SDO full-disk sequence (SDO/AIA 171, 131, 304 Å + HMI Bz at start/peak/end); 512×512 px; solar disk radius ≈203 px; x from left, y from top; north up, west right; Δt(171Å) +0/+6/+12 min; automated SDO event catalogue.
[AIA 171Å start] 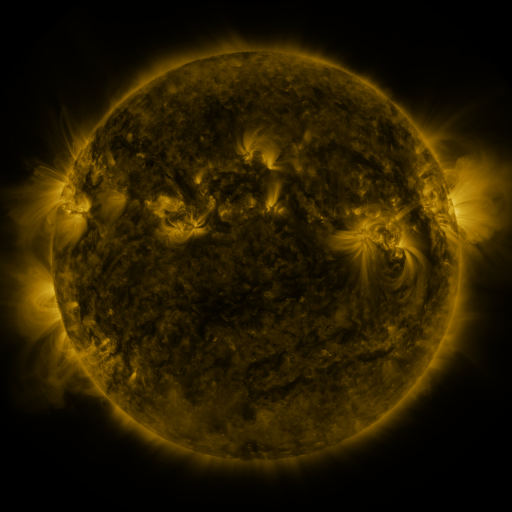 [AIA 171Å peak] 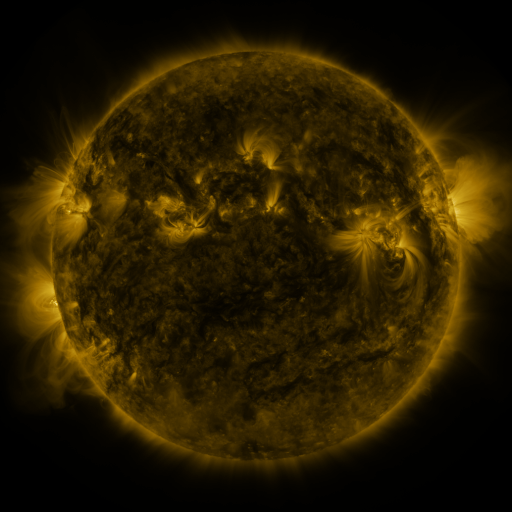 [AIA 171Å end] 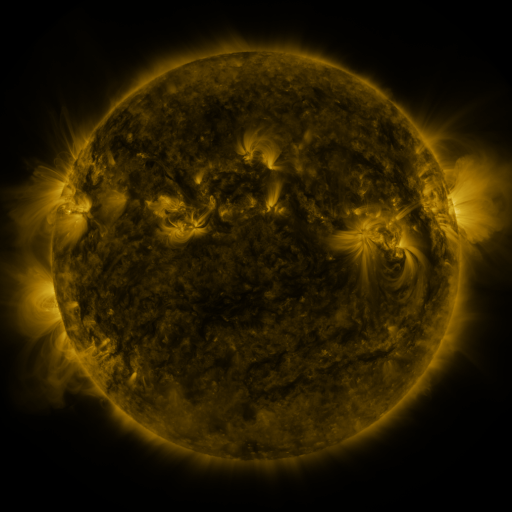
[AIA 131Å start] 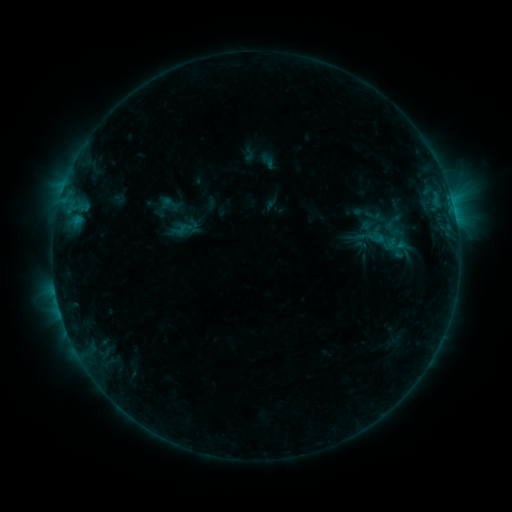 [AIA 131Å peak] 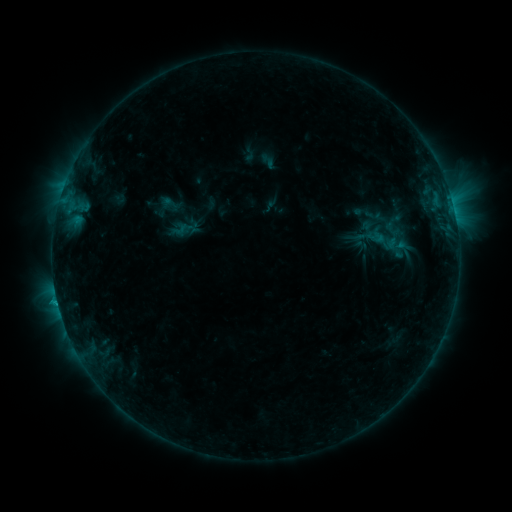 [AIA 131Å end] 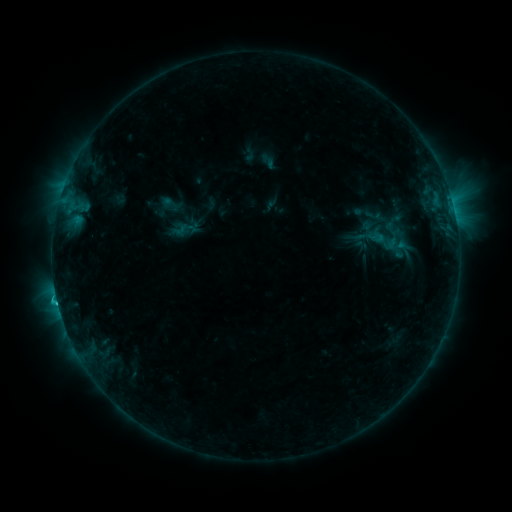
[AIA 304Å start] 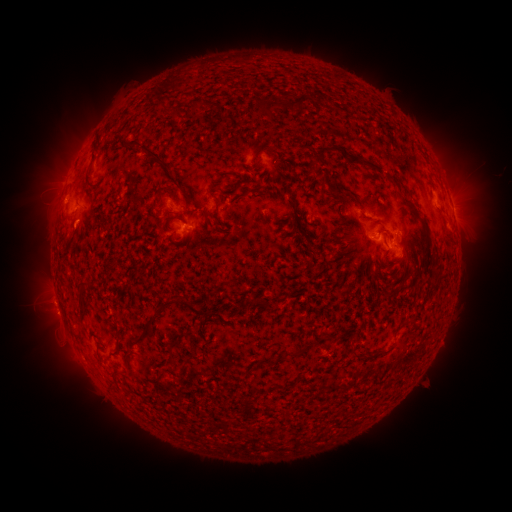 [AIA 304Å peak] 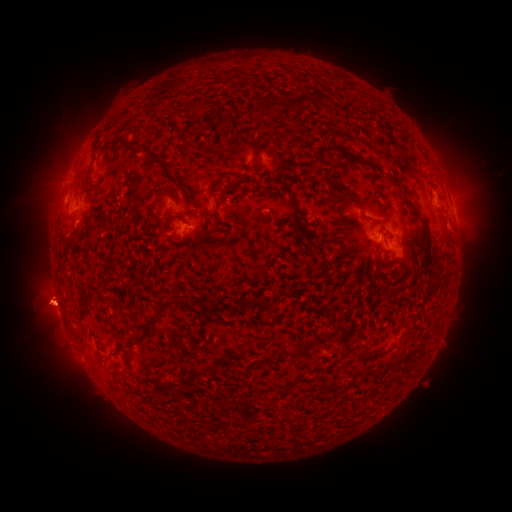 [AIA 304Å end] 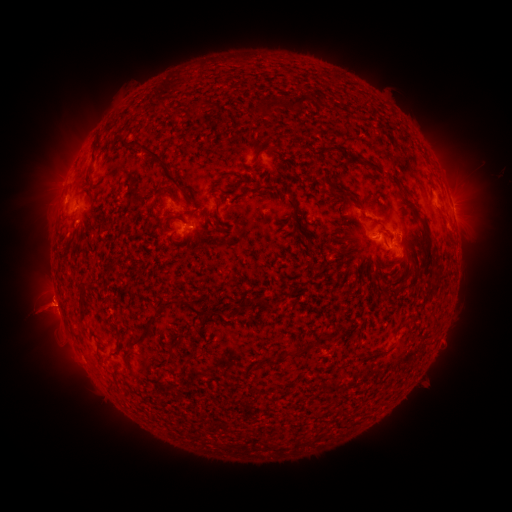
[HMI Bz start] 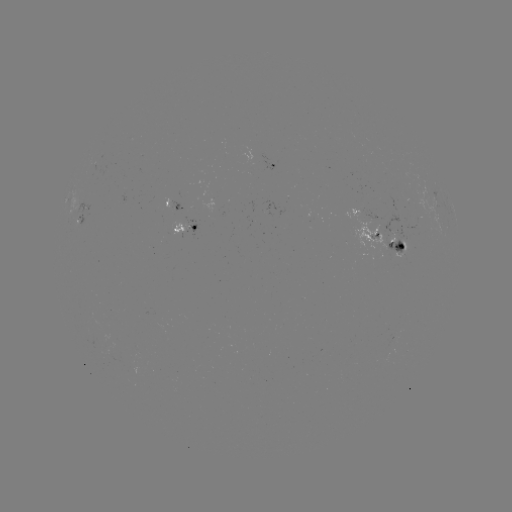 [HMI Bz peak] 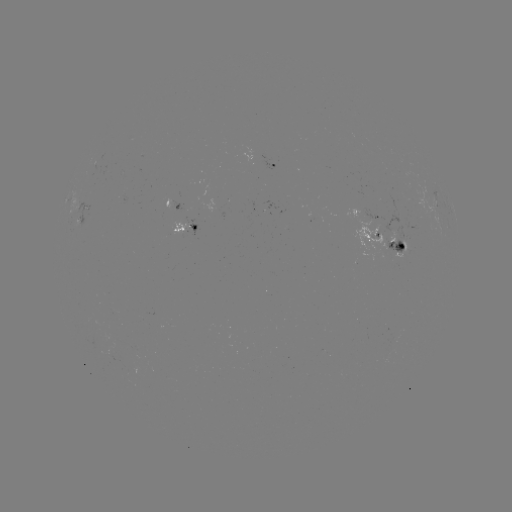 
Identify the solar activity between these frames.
eruption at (48, 306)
